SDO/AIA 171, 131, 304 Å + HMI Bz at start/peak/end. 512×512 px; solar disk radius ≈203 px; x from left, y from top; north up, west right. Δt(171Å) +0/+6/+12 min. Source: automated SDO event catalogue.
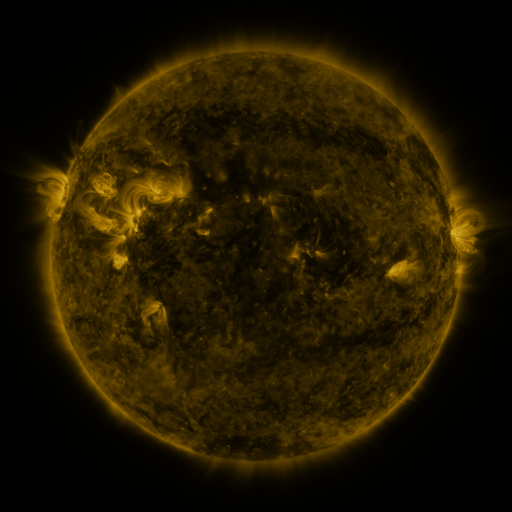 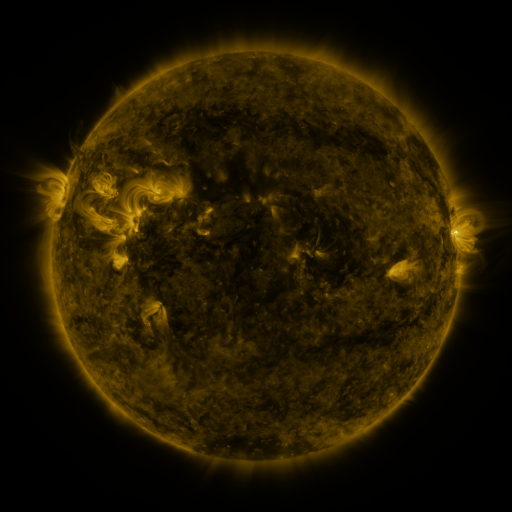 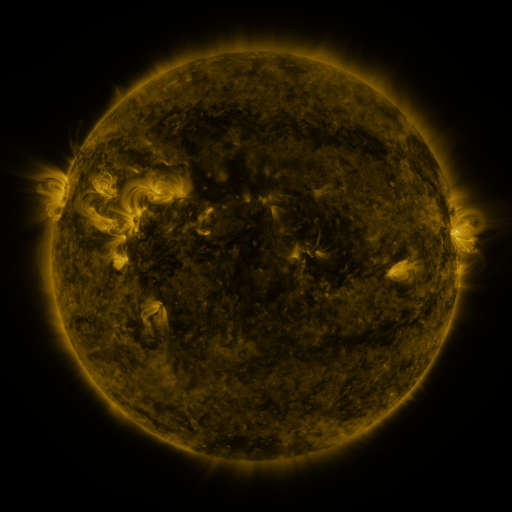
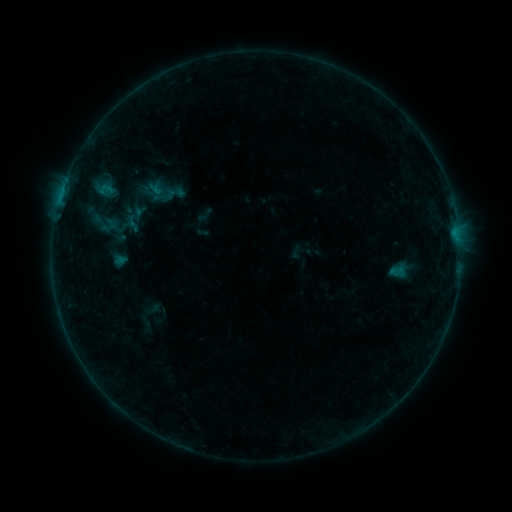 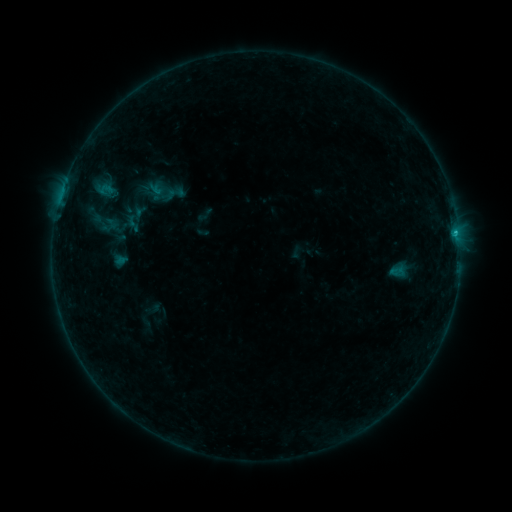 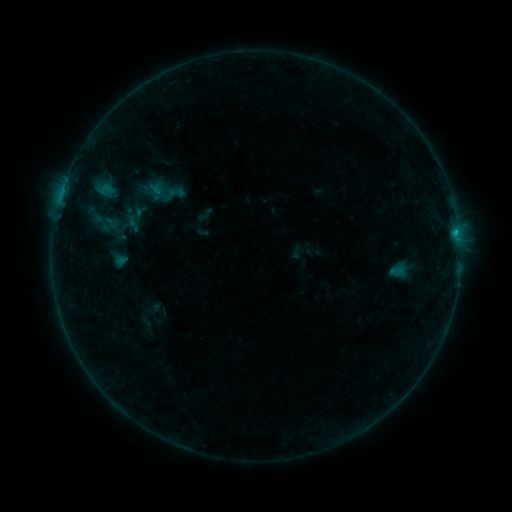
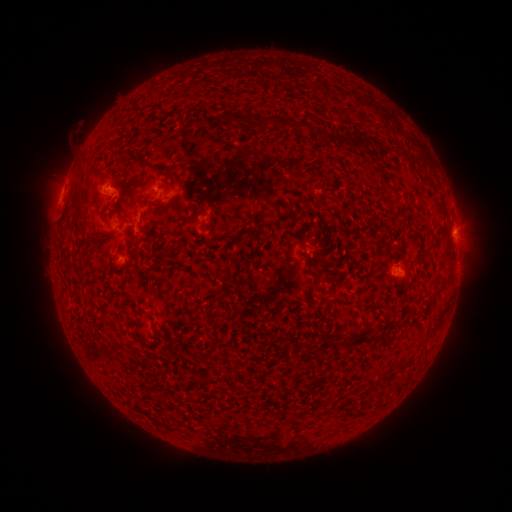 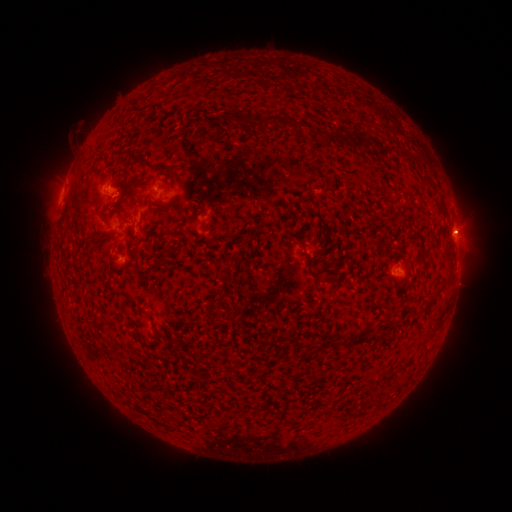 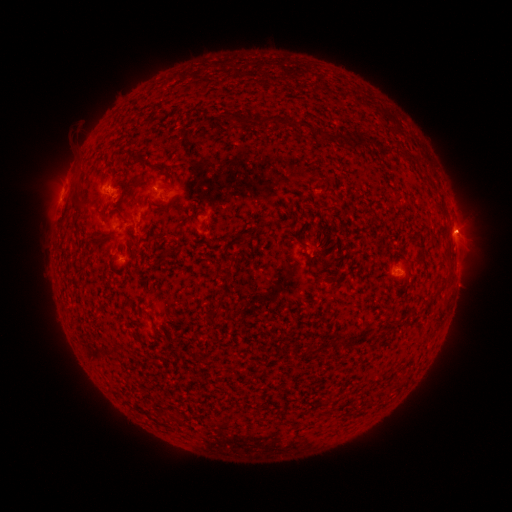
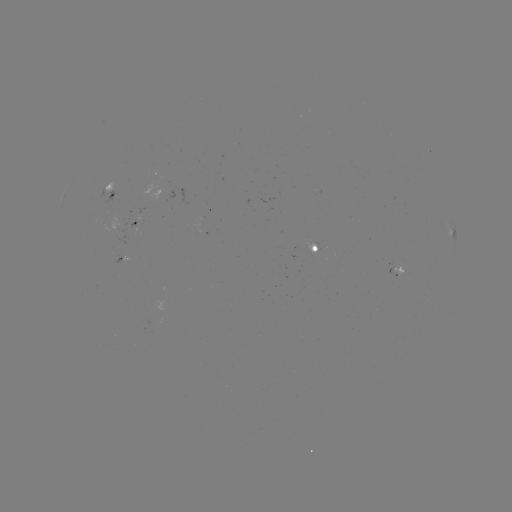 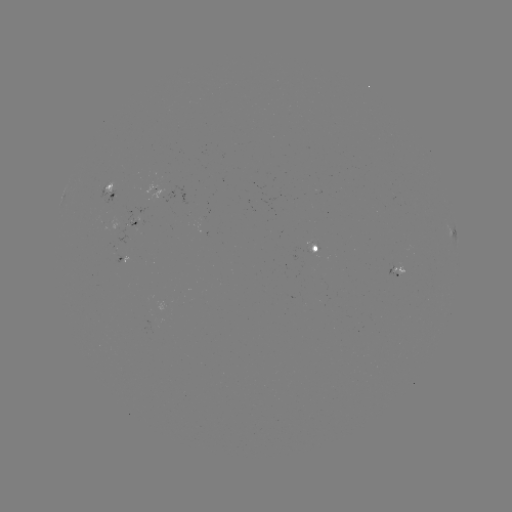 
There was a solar flare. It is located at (454, 235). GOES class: B5.7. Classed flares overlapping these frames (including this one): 1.